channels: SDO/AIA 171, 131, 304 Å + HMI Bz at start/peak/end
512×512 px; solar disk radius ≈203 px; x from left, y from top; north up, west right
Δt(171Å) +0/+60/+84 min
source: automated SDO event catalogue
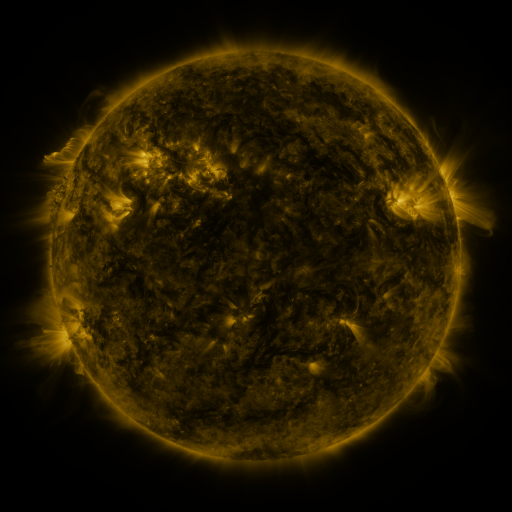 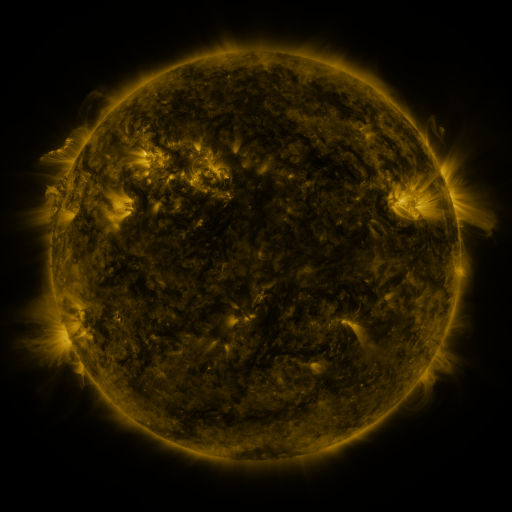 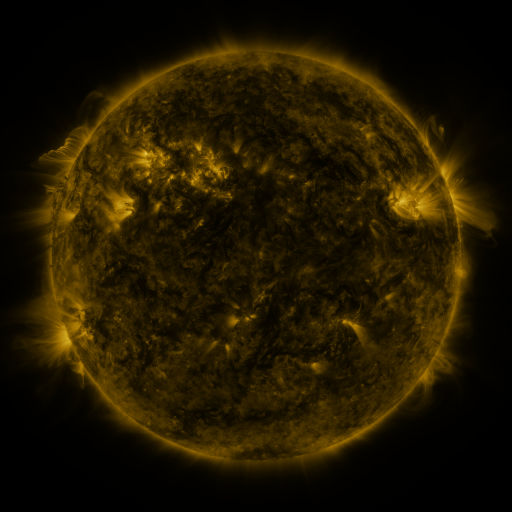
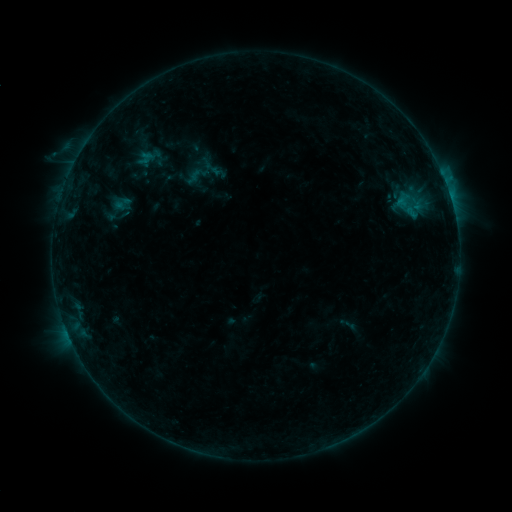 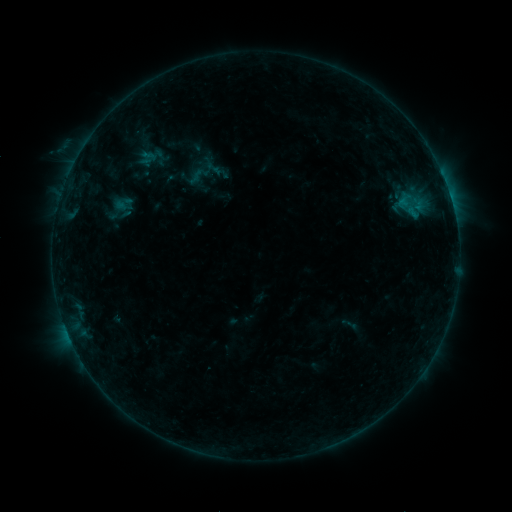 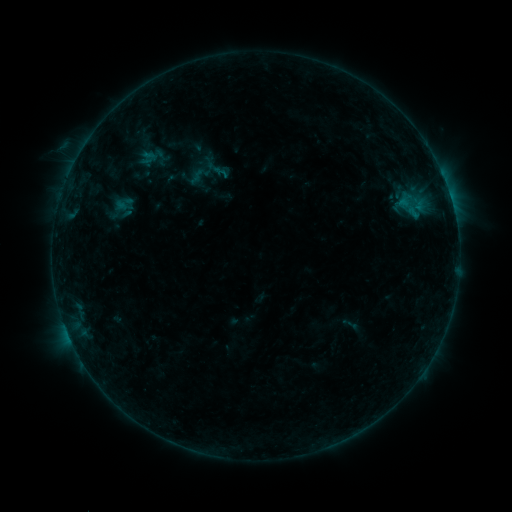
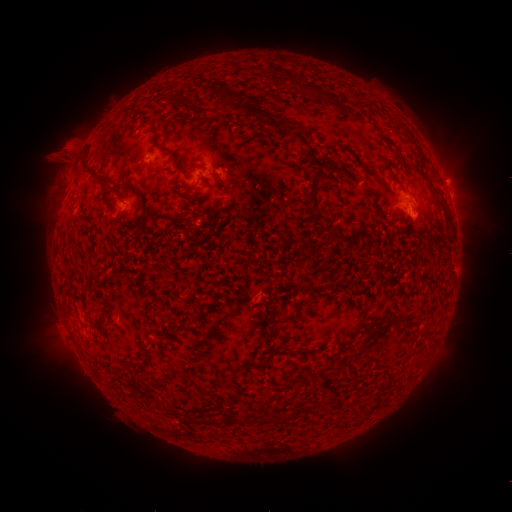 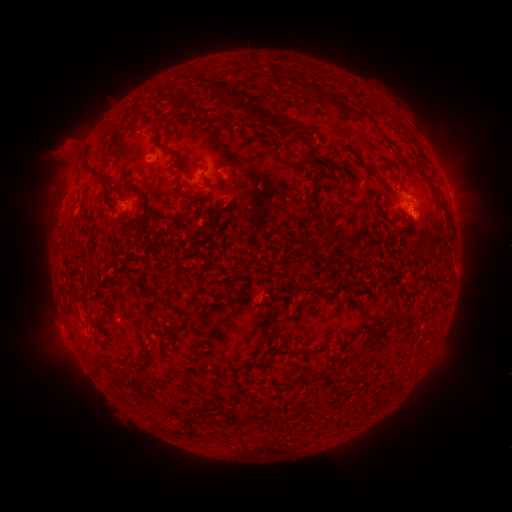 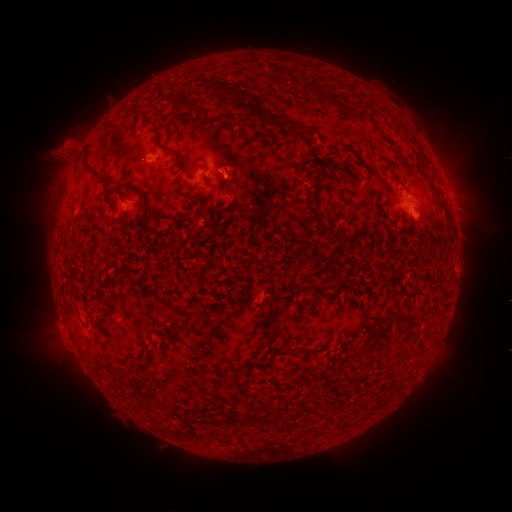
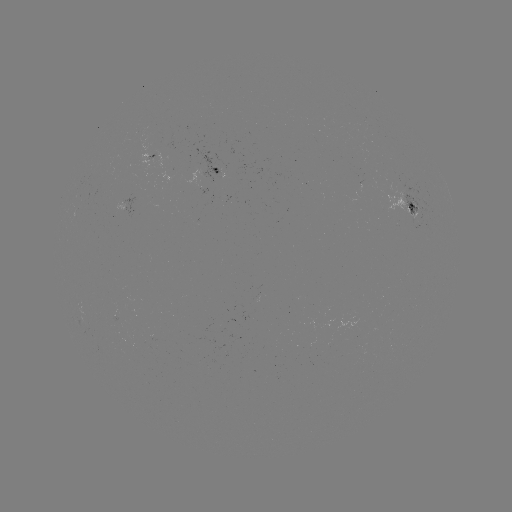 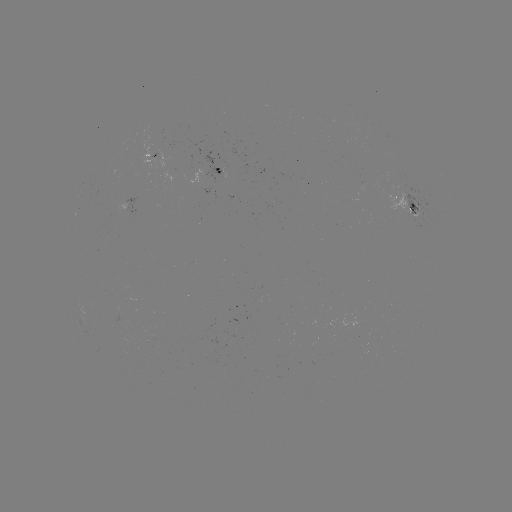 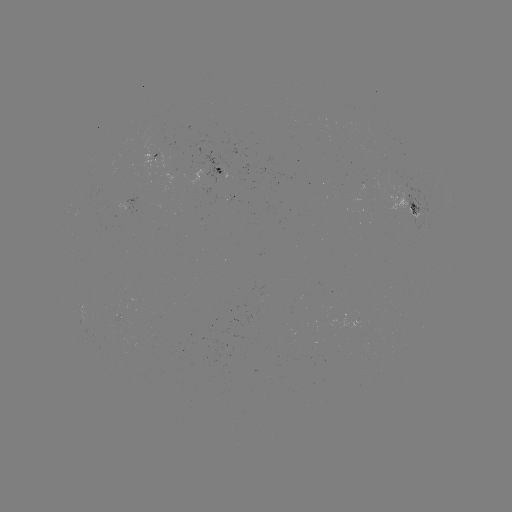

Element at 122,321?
emerging-flux region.